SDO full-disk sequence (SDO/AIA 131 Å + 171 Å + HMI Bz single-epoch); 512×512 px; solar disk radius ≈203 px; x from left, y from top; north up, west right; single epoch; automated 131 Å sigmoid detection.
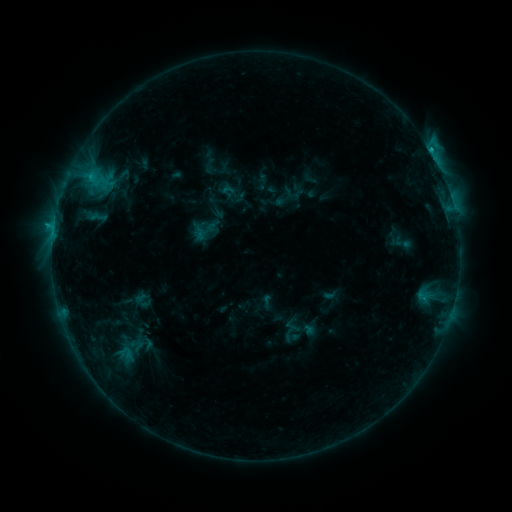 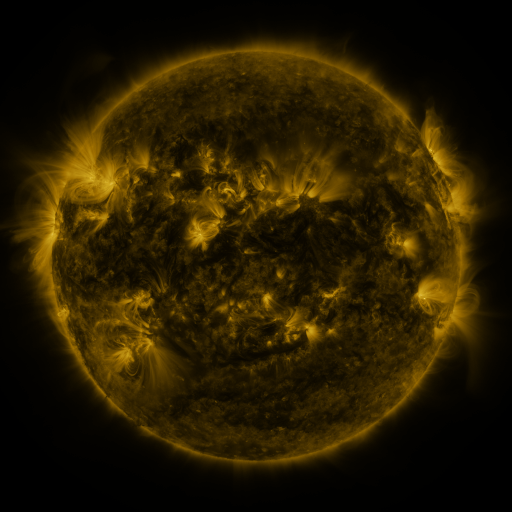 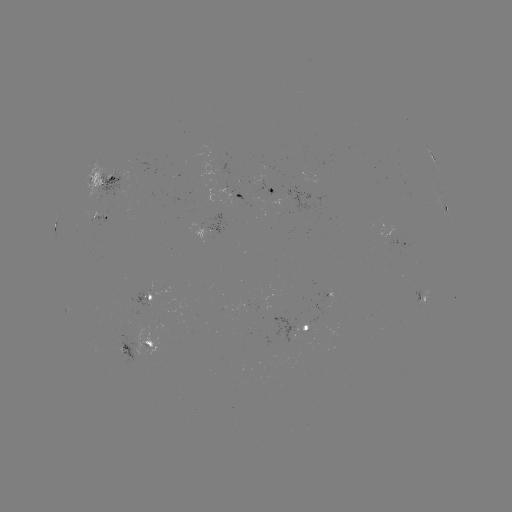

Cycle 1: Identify sigmoid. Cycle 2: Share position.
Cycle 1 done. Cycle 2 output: [402, 242].